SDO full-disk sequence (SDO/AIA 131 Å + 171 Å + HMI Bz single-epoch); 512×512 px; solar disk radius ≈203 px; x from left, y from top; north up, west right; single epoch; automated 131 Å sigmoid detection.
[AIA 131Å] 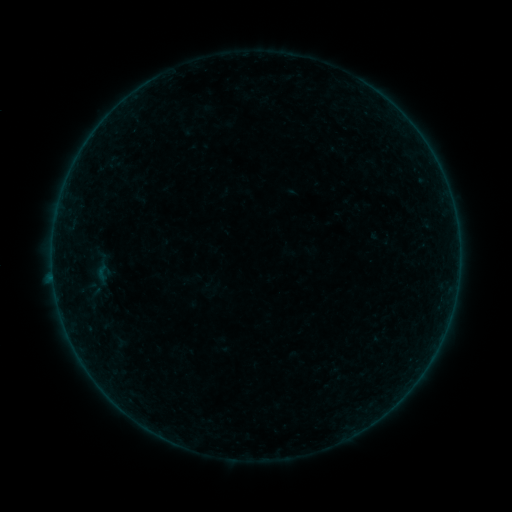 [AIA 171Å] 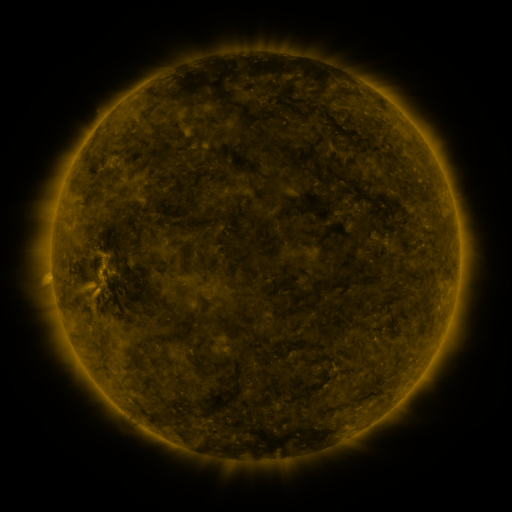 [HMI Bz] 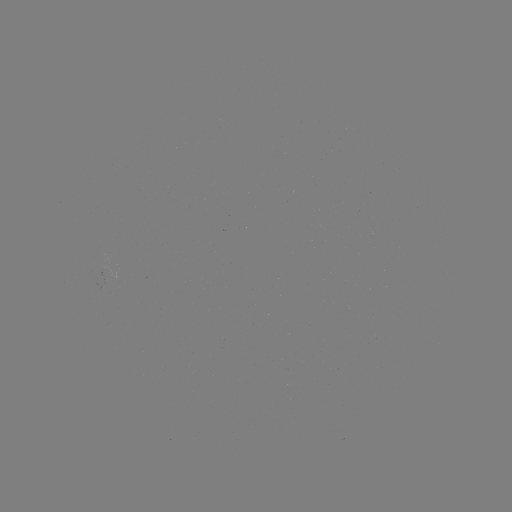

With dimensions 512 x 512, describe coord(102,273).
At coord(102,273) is sigmoid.